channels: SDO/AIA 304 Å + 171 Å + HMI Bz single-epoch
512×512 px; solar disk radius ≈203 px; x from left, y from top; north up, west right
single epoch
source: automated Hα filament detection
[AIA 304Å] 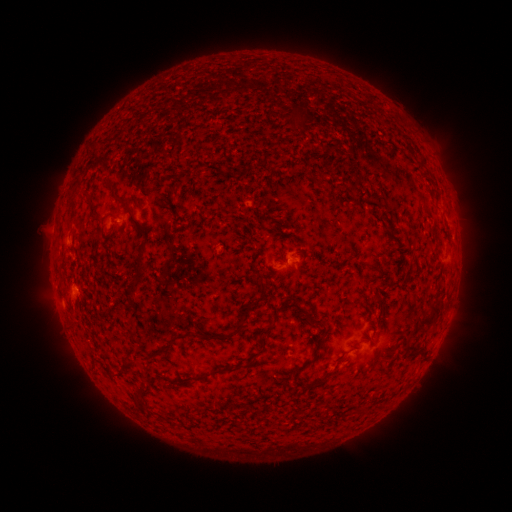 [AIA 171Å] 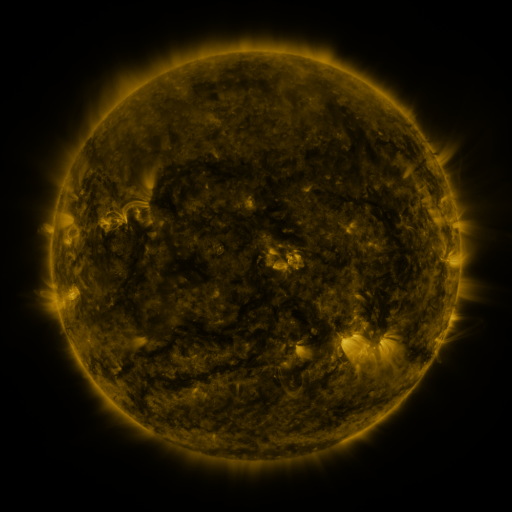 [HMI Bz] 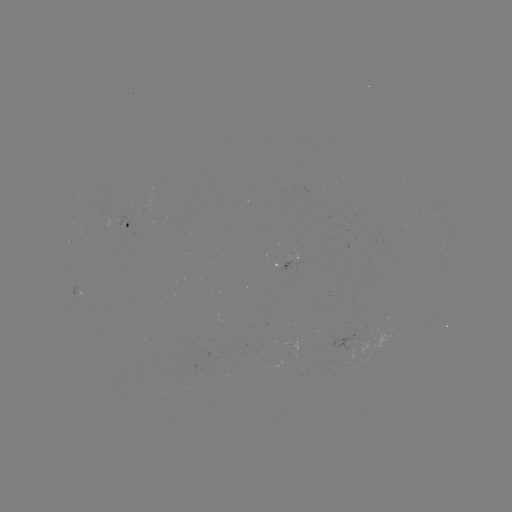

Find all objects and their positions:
filament: (421, 159)
filament: (113, 193)
filament: (91, 210)
filament: (173, 220)
filament: (140, 262)
filament: (263, 285)
filament: (133, 288)
filament: (303, 310)
filament: (428, 319)
filament: (241, 324)
filament: (262, 332)
filament: (201, 335)
filament: (168, 347)
filament: (148, 359)
filament: (313, 360)
filament: (215, 373)
filament: (328, 376)
filament: (139, 397)
